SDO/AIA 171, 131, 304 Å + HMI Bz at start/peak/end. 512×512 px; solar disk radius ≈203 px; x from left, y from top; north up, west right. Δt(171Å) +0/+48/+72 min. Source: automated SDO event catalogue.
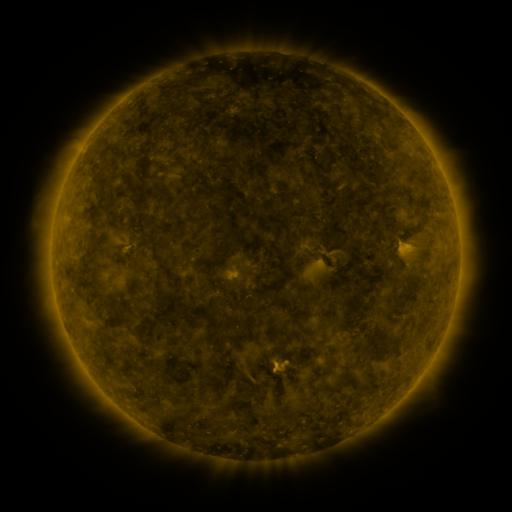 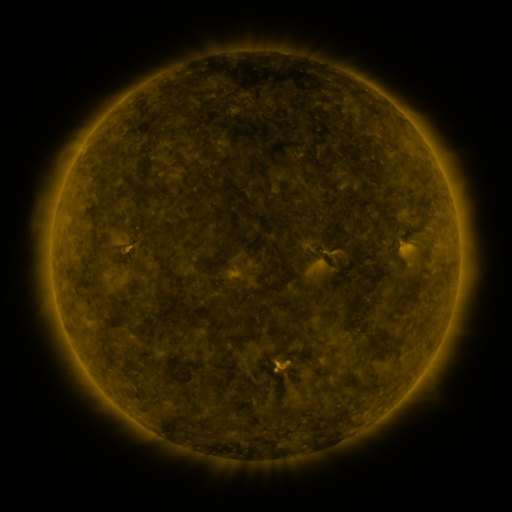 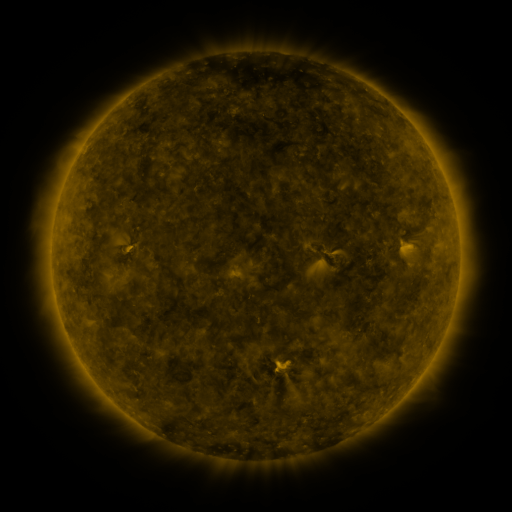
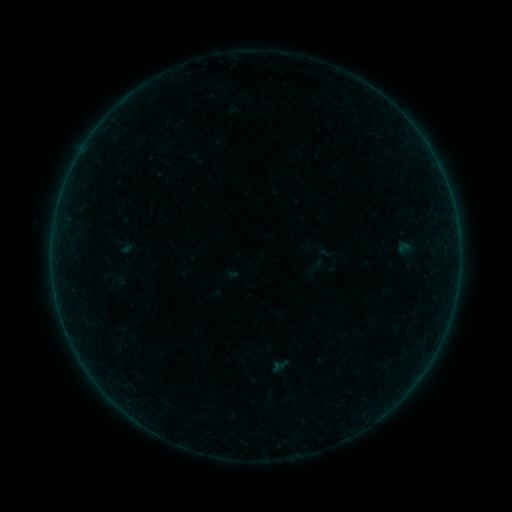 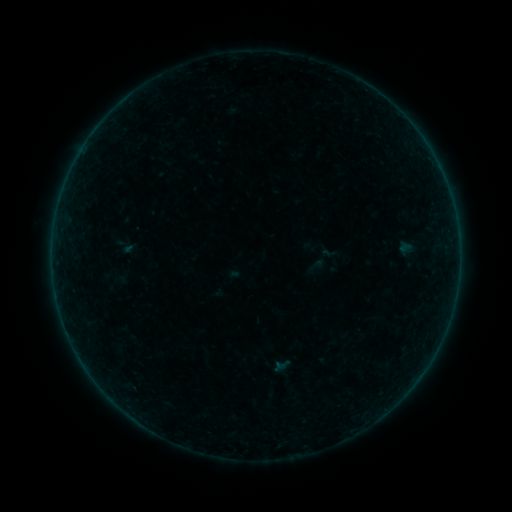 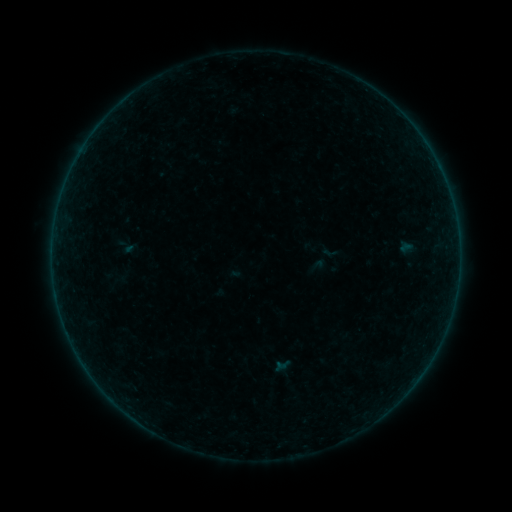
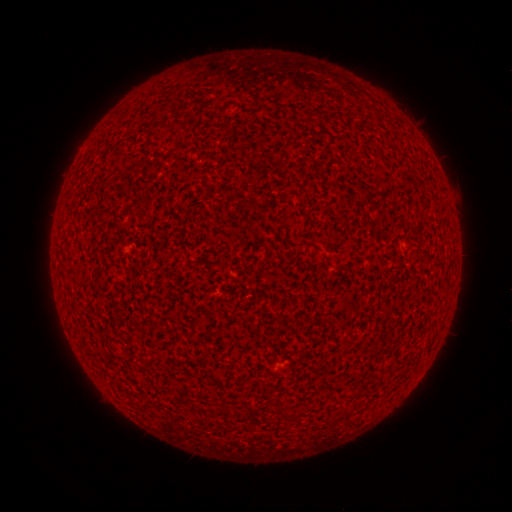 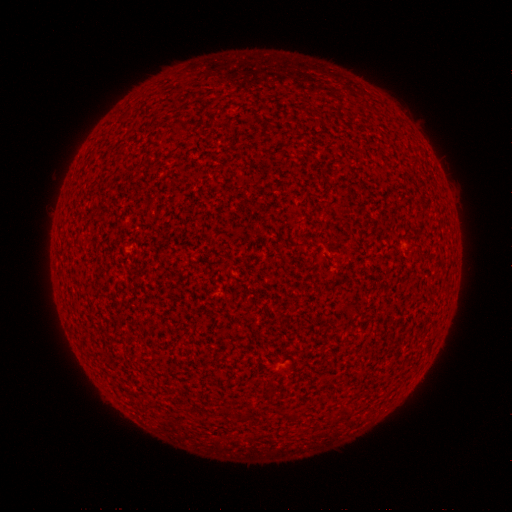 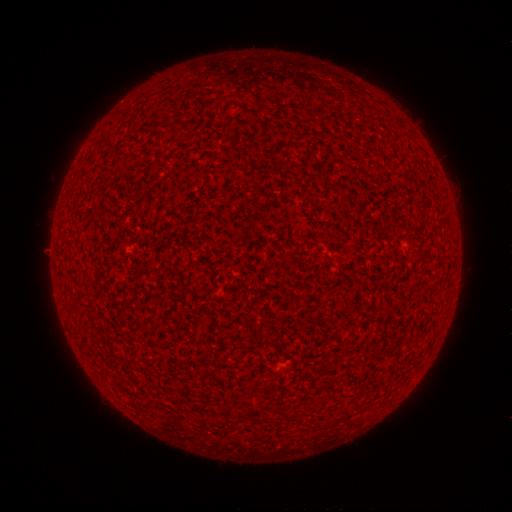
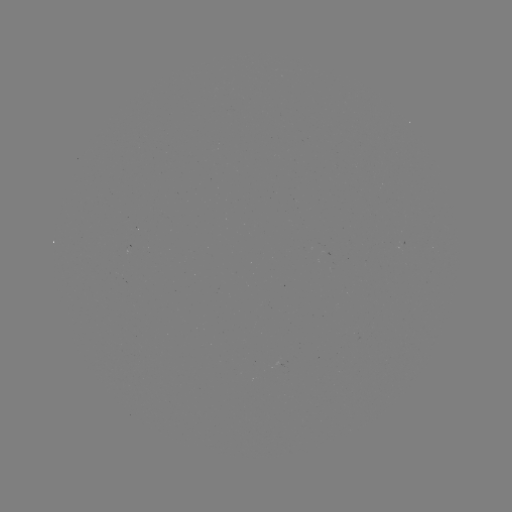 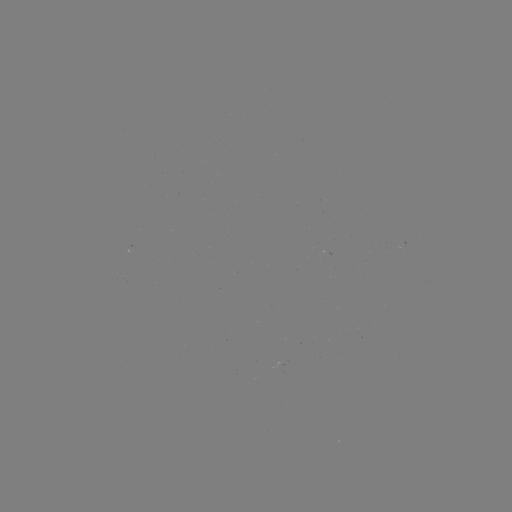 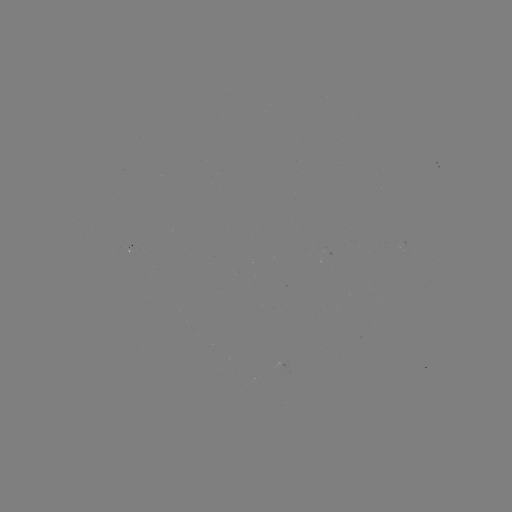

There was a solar flare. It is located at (133, 249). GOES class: A7.9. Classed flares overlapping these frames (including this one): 1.